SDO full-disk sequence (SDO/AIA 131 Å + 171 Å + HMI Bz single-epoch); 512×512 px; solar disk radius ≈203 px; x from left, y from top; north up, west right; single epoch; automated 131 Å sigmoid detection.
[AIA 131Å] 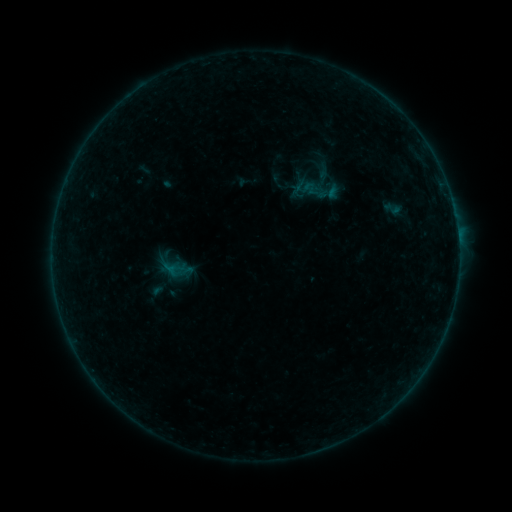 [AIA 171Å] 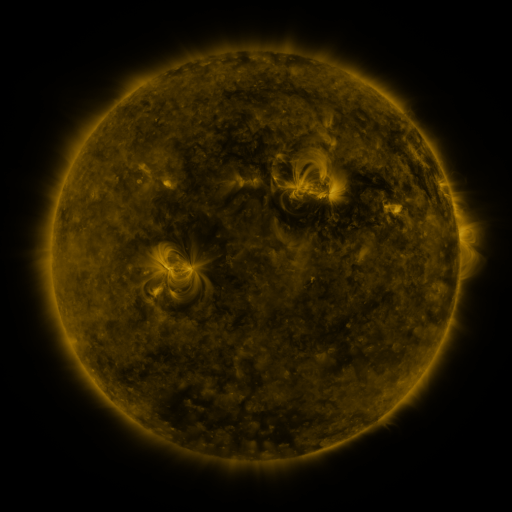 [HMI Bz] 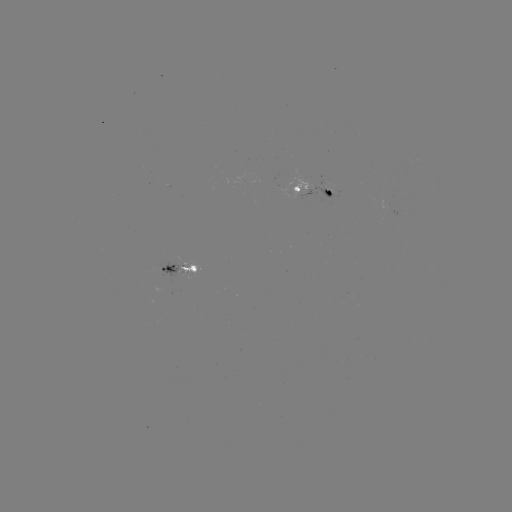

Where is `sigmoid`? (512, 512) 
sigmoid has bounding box [382, 199, 401, 218].